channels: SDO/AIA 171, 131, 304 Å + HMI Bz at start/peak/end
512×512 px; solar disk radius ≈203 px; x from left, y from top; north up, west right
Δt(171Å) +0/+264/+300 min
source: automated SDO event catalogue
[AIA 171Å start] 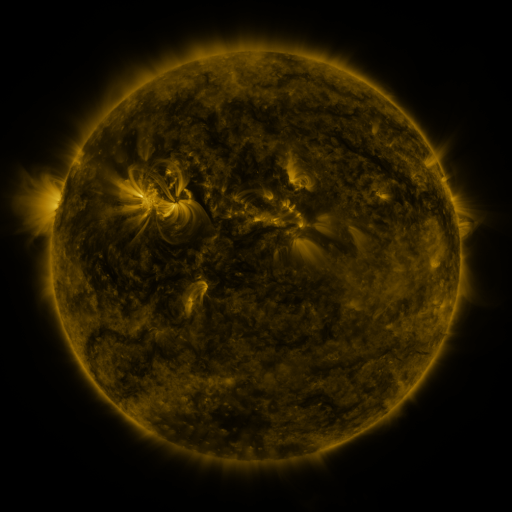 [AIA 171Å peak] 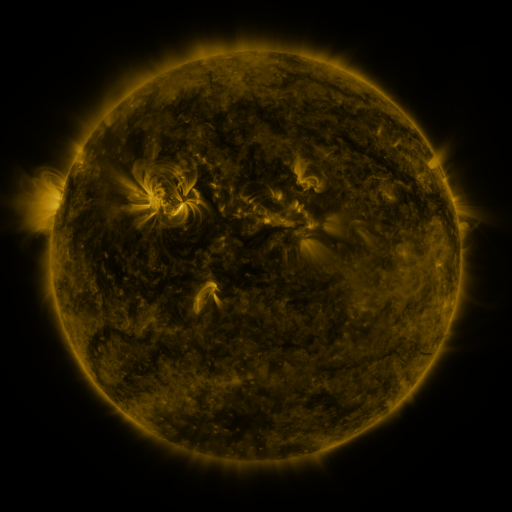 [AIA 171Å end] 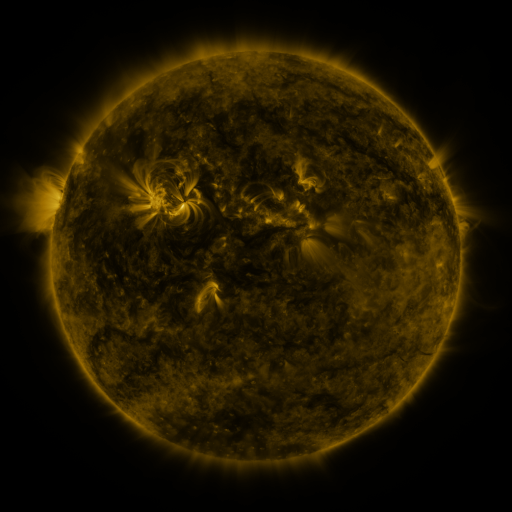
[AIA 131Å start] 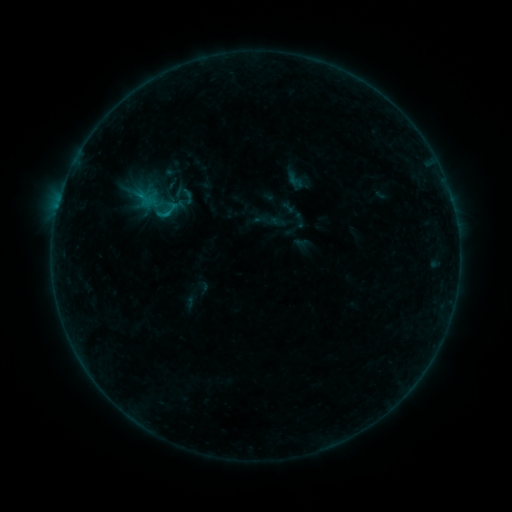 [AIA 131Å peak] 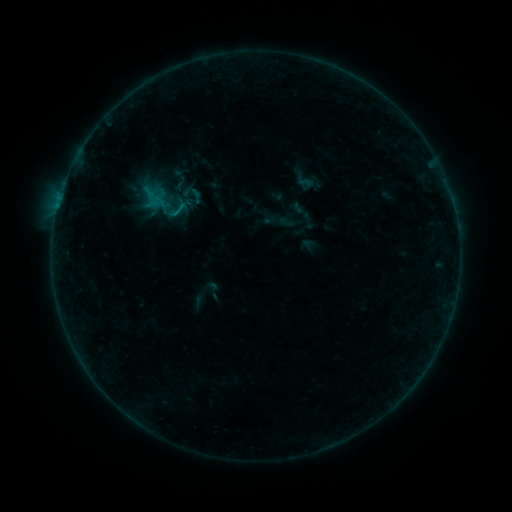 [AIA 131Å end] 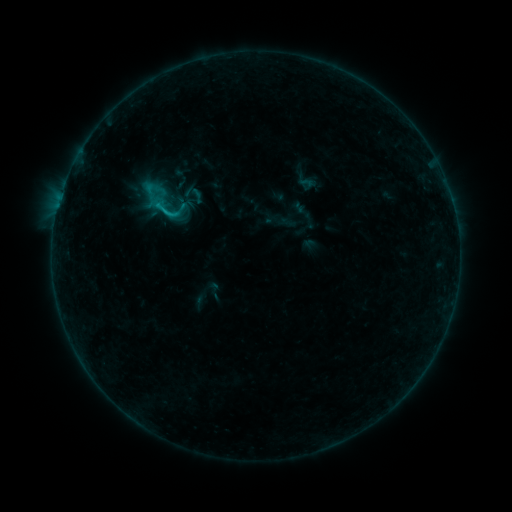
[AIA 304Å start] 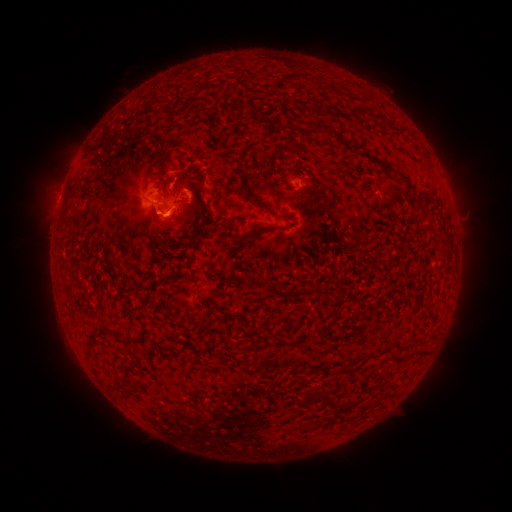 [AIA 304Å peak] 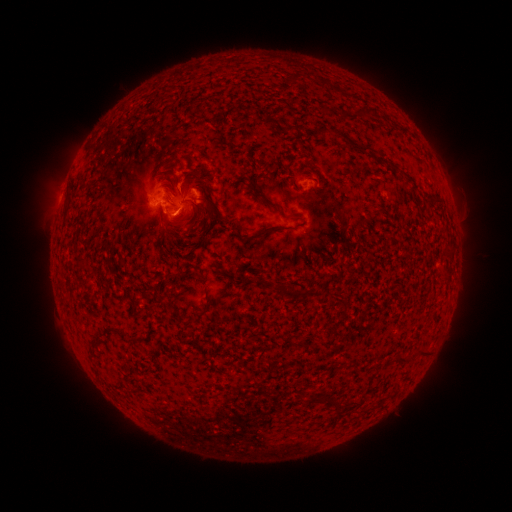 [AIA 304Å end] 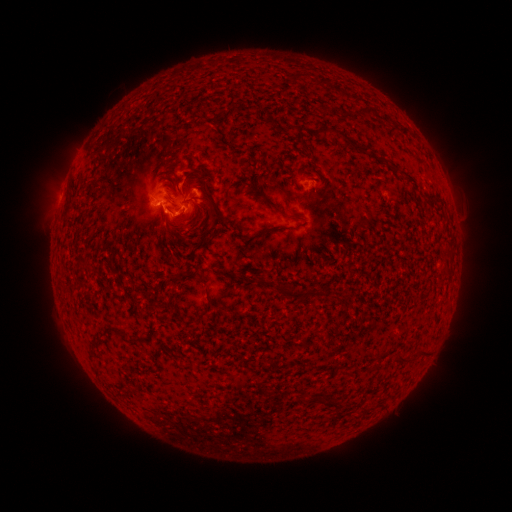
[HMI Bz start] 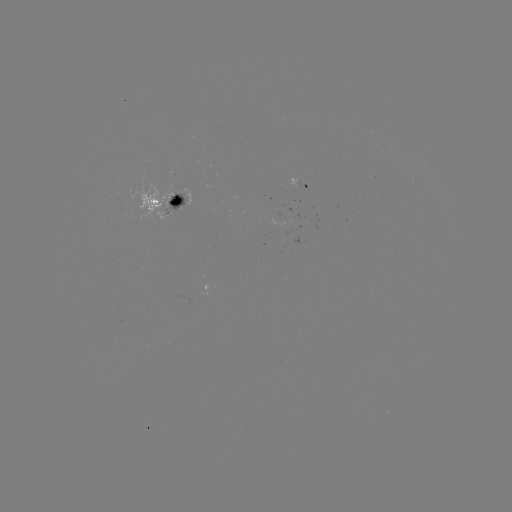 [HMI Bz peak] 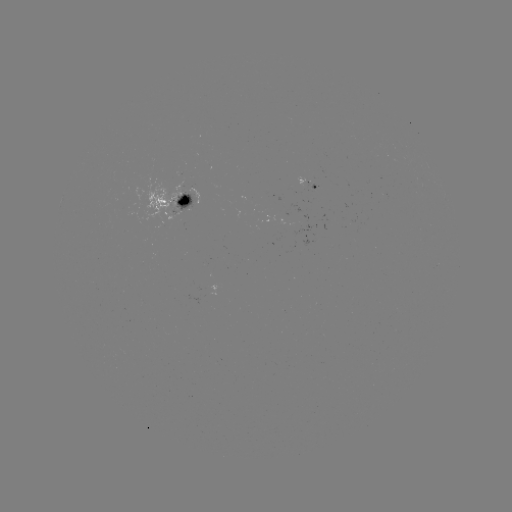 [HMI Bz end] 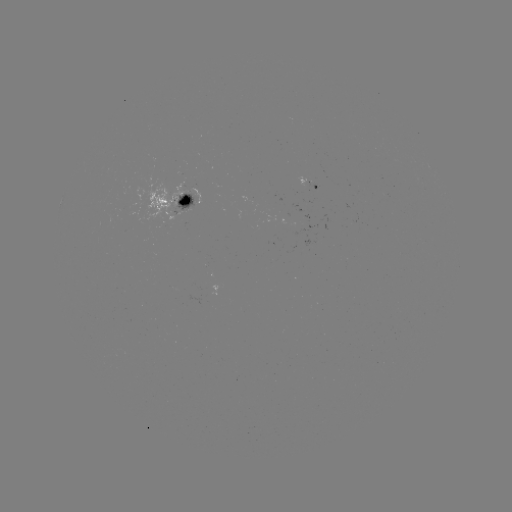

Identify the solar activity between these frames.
emerging-flux region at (310, 184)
